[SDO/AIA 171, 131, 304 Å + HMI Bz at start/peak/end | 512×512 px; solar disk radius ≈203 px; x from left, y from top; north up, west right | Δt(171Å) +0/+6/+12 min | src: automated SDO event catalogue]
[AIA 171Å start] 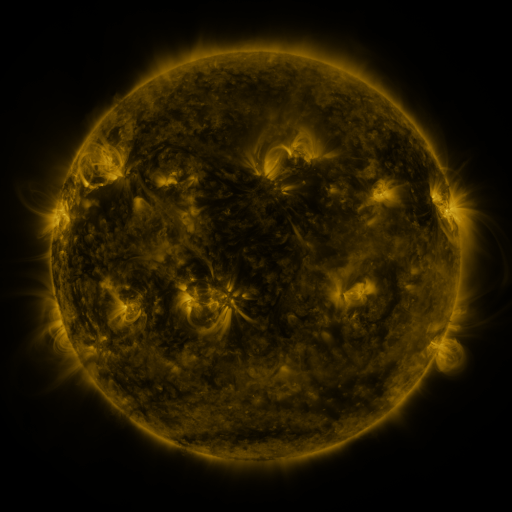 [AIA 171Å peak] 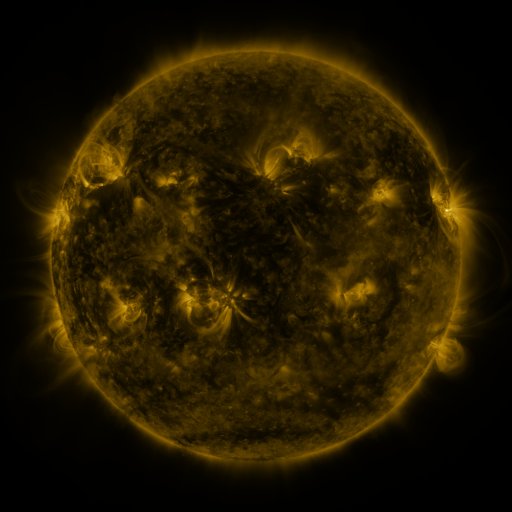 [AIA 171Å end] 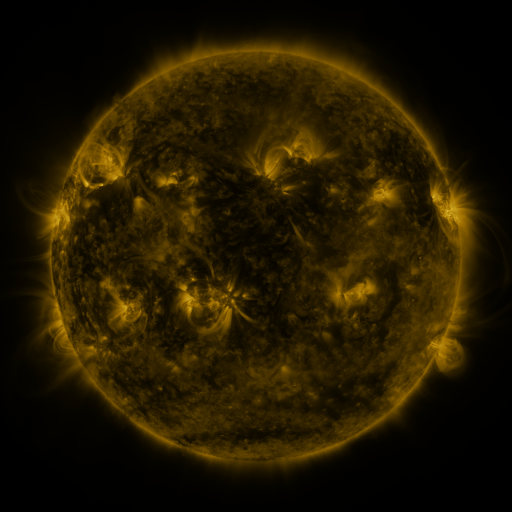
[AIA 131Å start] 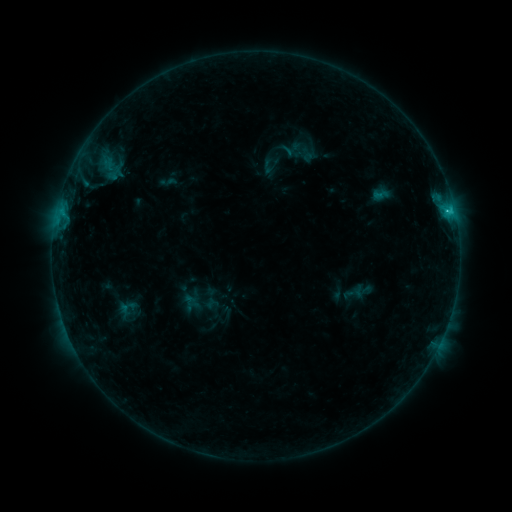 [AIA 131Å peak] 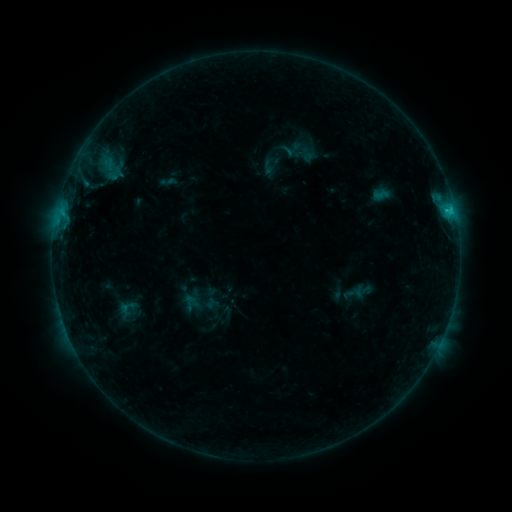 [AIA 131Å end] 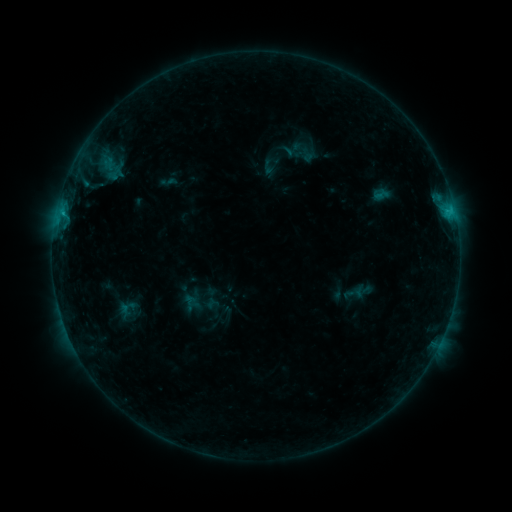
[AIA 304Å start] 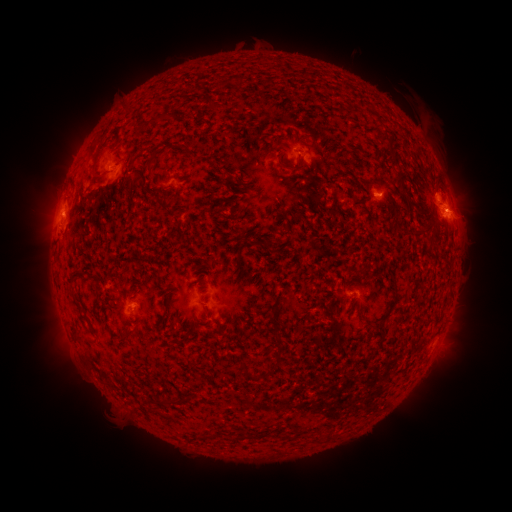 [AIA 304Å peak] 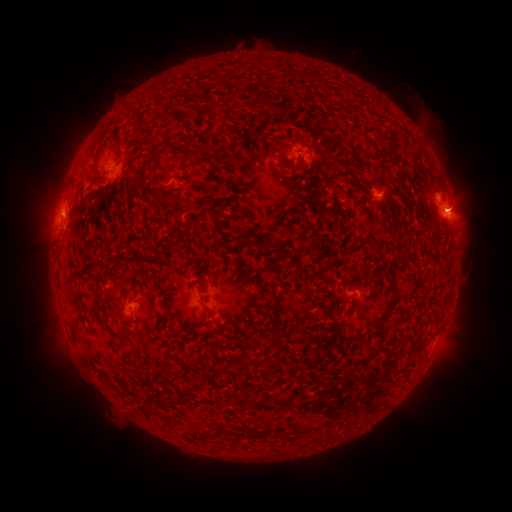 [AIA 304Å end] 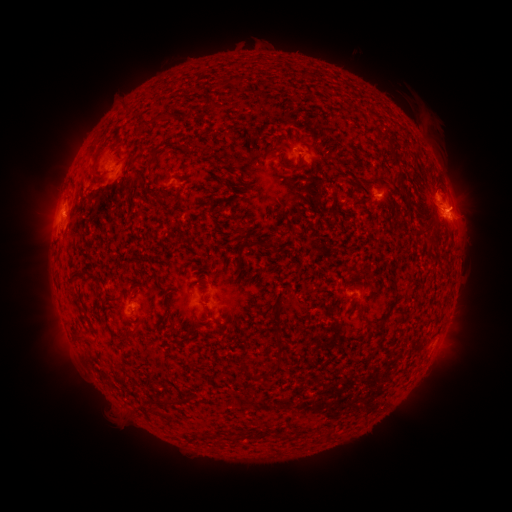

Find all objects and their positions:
eruption: (463, 204)
